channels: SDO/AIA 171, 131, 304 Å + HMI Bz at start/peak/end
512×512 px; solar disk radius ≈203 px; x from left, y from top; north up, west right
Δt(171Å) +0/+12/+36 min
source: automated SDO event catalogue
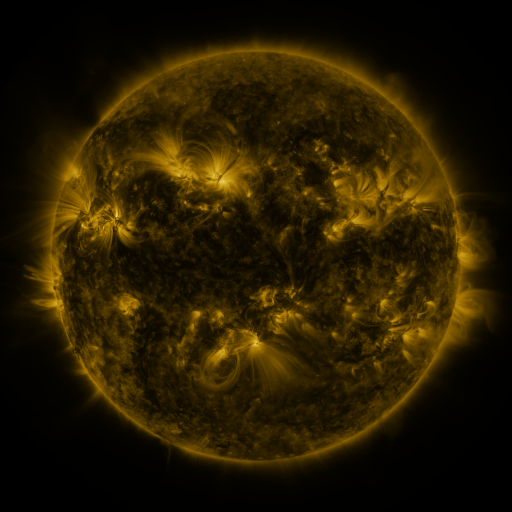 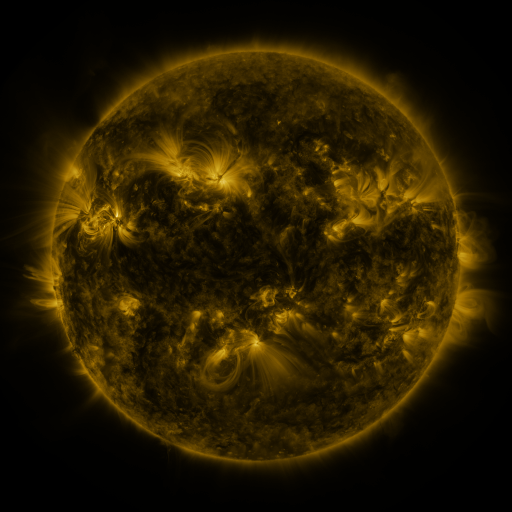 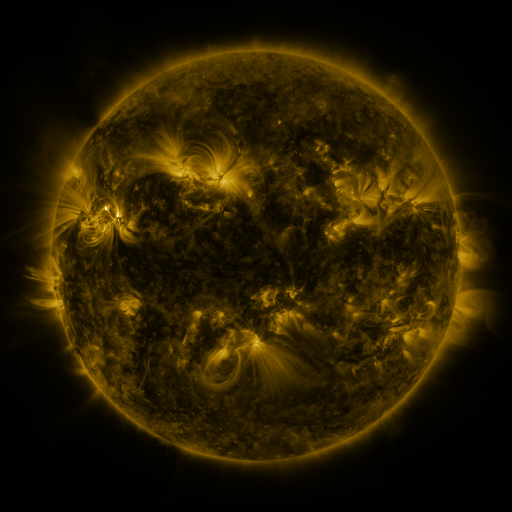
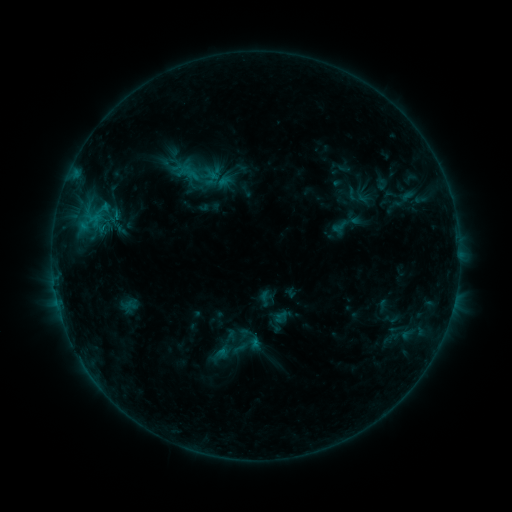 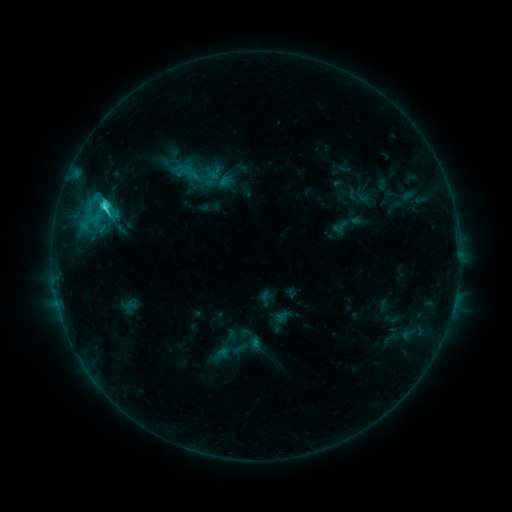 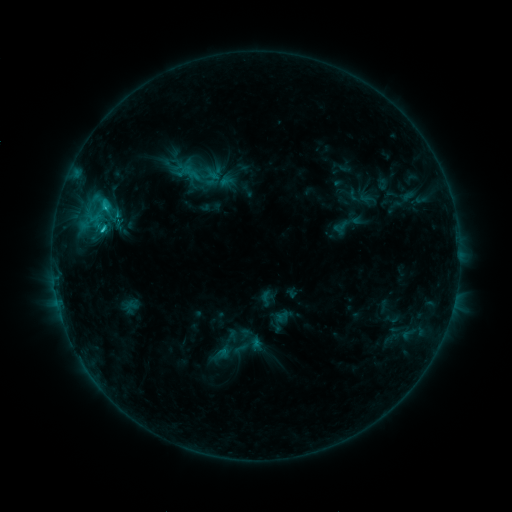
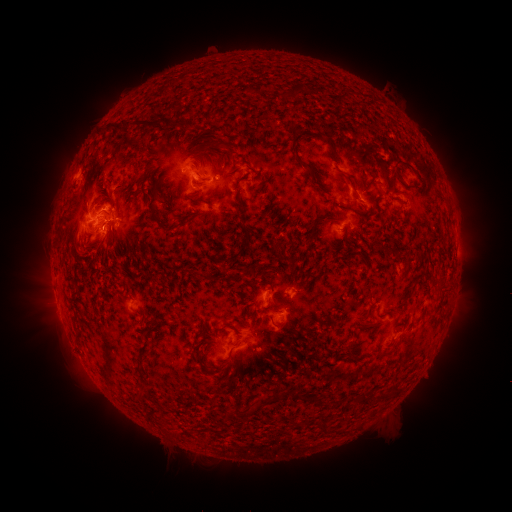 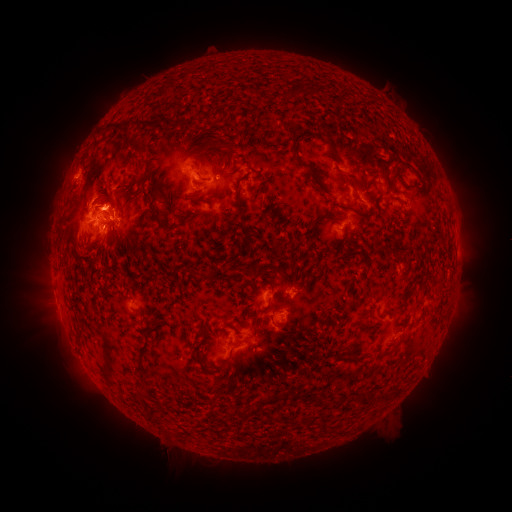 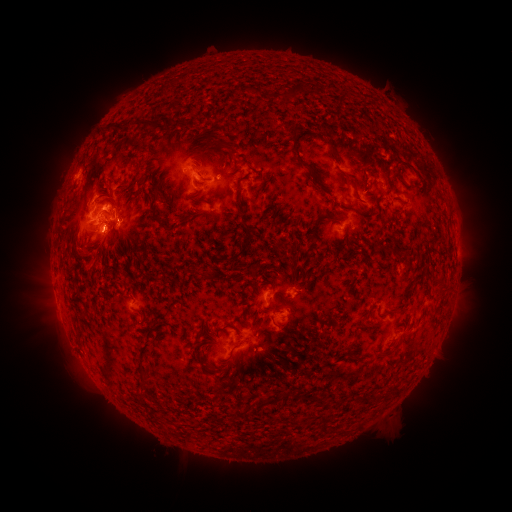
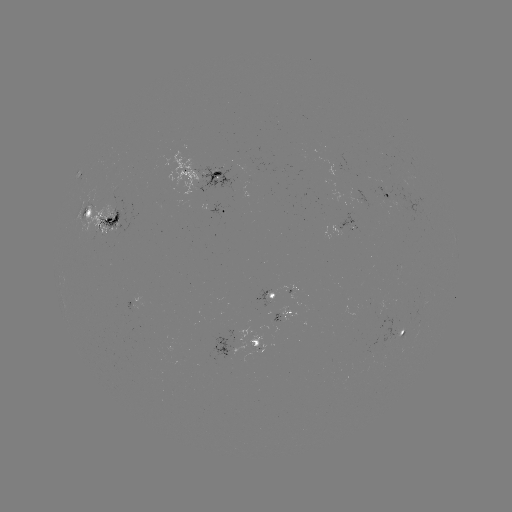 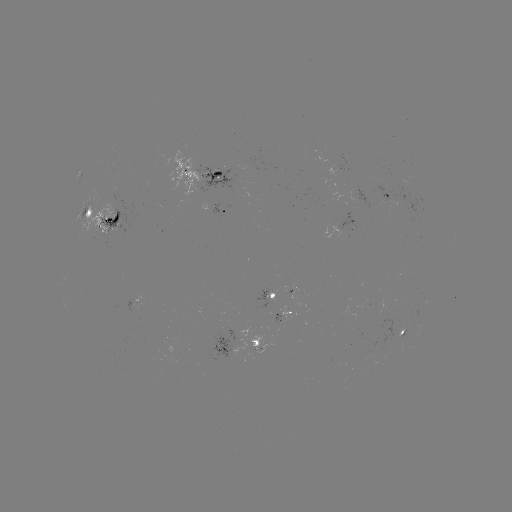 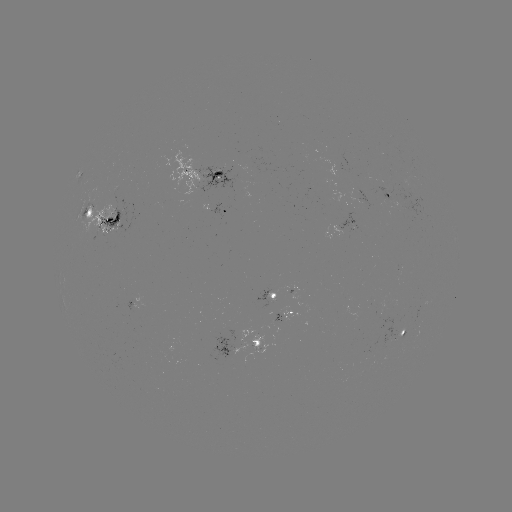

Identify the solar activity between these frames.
C3.7 flare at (106, 211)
